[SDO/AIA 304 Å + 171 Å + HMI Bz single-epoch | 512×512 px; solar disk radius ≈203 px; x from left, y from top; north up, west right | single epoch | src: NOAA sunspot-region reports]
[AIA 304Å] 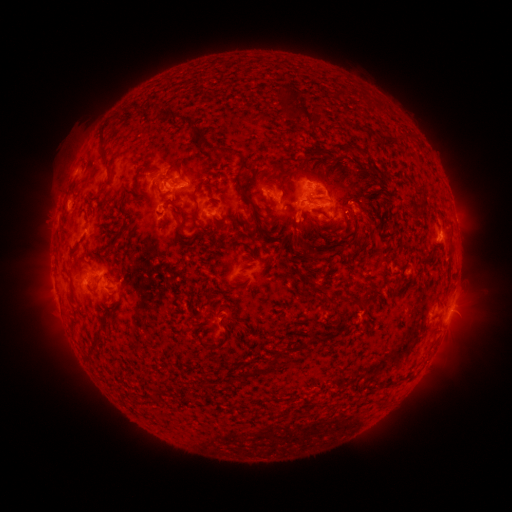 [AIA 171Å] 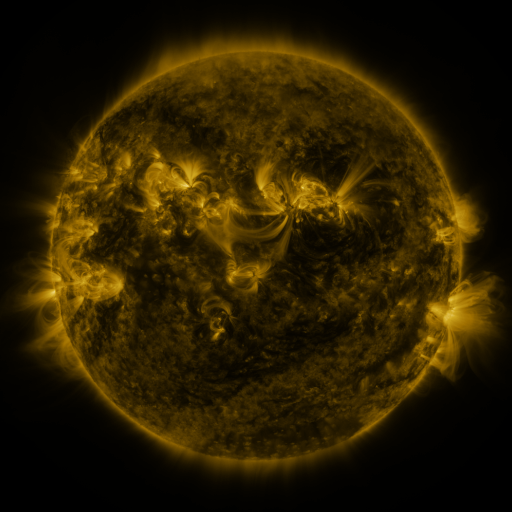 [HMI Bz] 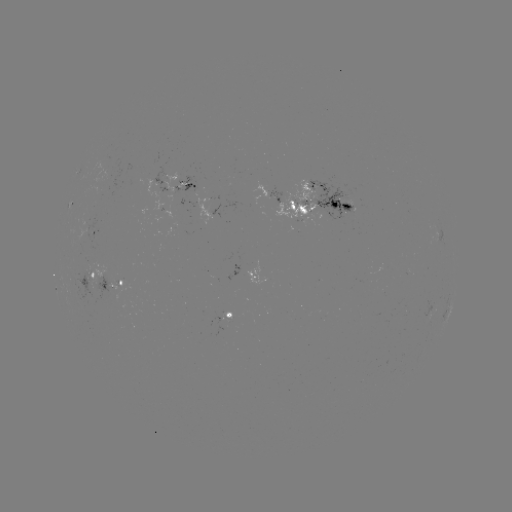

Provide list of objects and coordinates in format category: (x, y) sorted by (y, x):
spotted active region: (183, 183)
spotted active region: (276, 193)
spotted active region: (320, 197)
spotted active region: (214, 207)
spotted active region: (91, 232)
spotted active region: (256, 270)
spotted active region: (90, 274)
spotted active region: (114, 284)
spotted active region: (452, 304)
spotted active region: (232, 312)
